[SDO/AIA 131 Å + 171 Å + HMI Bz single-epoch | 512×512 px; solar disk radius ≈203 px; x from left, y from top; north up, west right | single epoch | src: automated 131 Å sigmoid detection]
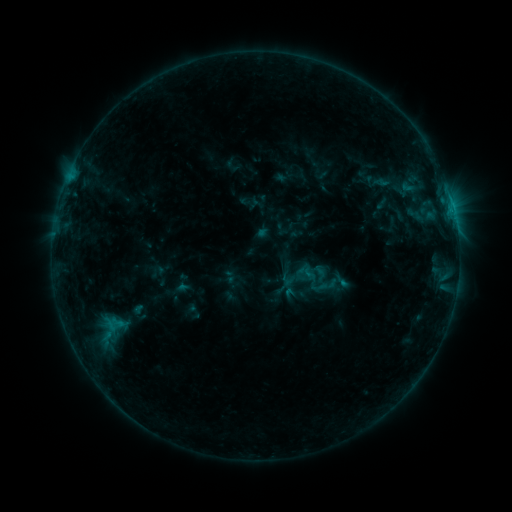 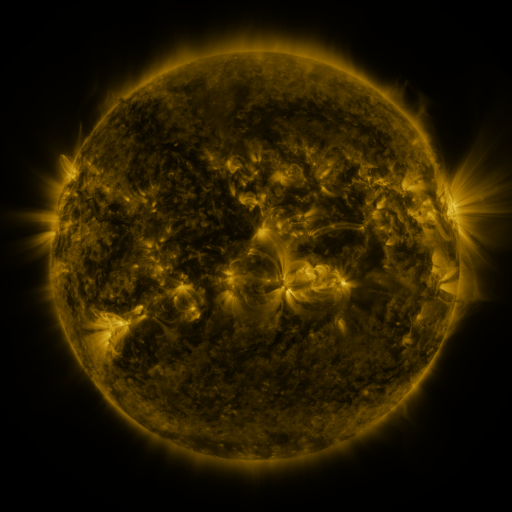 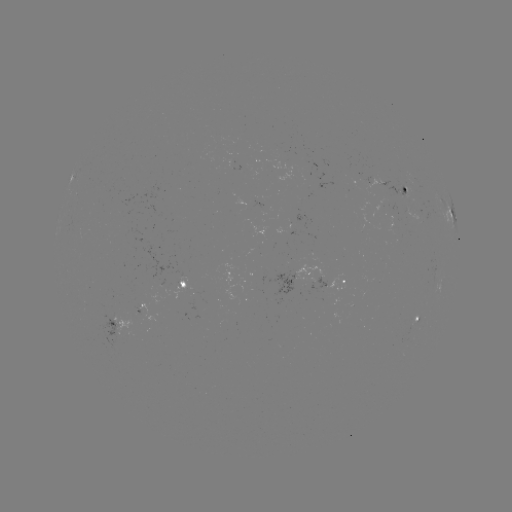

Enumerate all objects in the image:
sigmoid: <bbox>283, 258, 318, 293</bbox>
